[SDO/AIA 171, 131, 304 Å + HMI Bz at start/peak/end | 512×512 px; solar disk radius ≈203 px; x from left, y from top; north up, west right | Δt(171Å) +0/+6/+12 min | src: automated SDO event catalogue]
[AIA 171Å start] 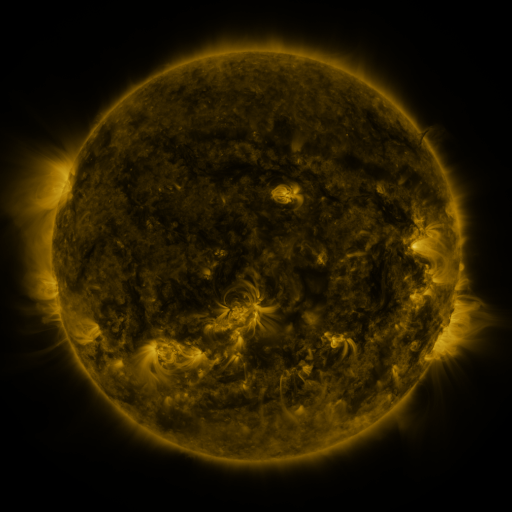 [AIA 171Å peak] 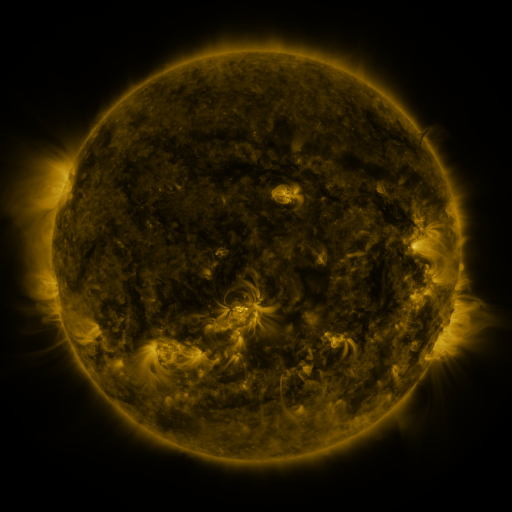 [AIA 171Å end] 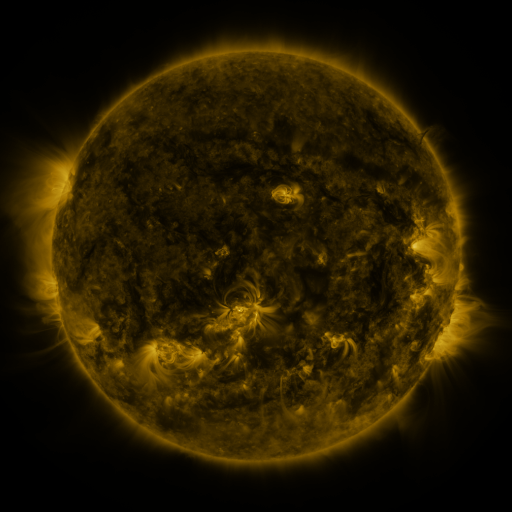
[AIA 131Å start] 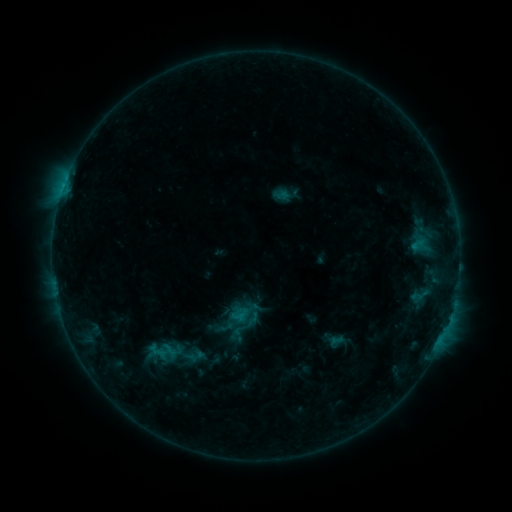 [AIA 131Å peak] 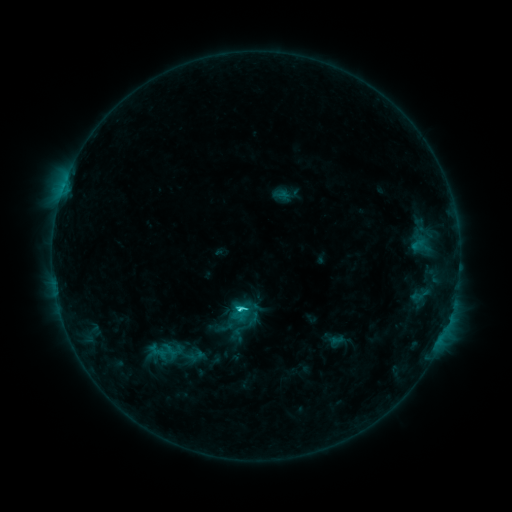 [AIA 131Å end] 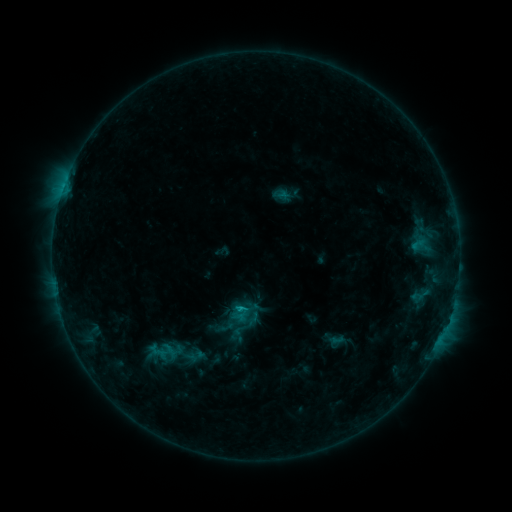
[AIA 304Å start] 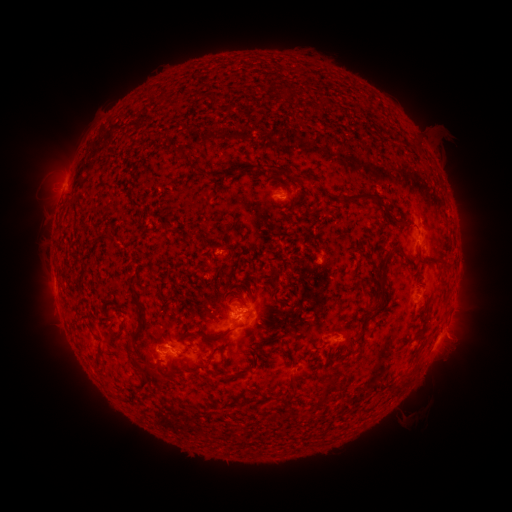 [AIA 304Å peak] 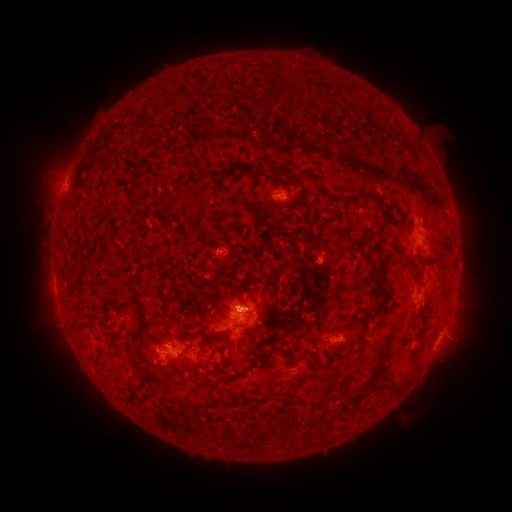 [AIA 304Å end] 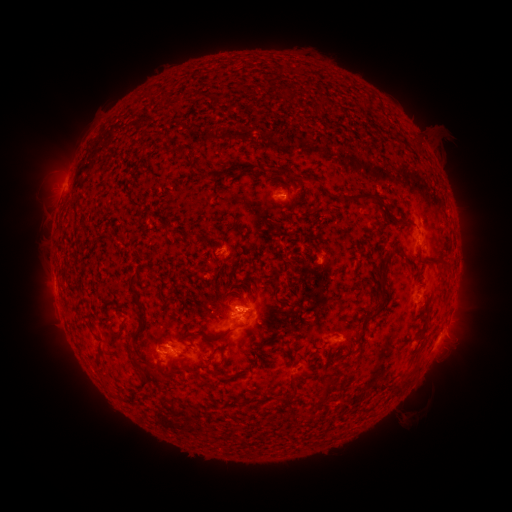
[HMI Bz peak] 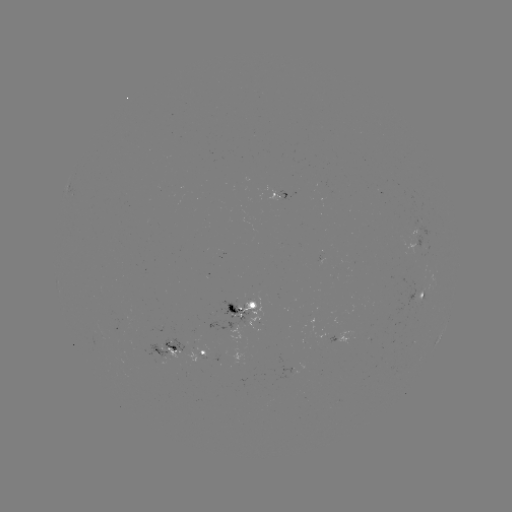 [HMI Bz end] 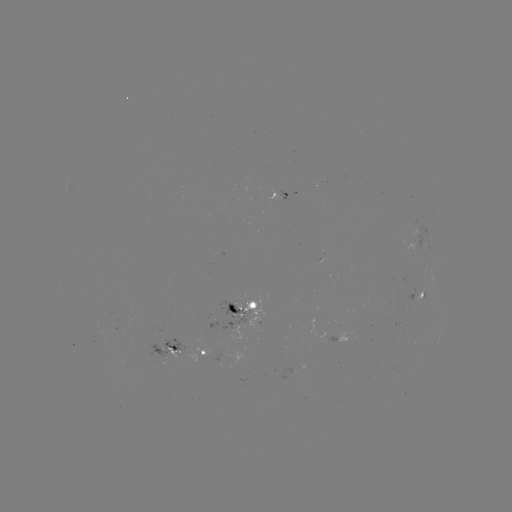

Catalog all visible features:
C2.0 flare: (241, 308)
